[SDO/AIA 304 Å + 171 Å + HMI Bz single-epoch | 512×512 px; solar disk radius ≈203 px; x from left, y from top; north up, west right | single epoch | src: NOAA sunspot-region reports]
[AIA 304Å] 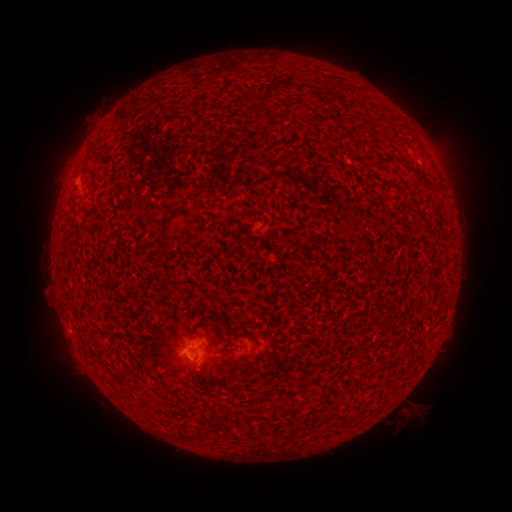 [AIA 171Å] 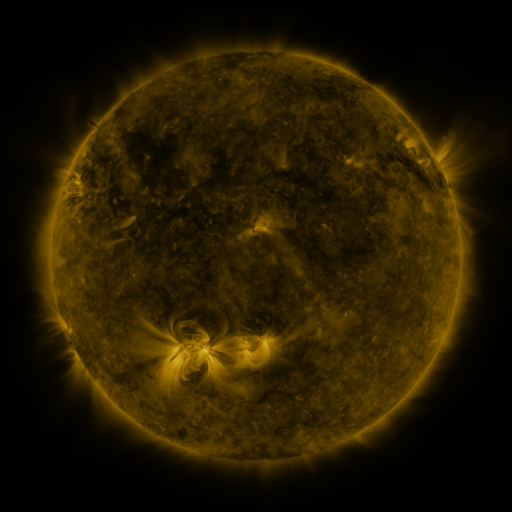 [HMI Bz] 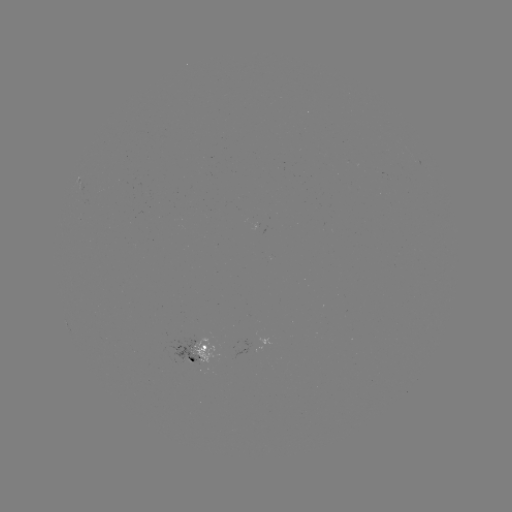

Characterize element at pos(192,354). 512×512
spotted active region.